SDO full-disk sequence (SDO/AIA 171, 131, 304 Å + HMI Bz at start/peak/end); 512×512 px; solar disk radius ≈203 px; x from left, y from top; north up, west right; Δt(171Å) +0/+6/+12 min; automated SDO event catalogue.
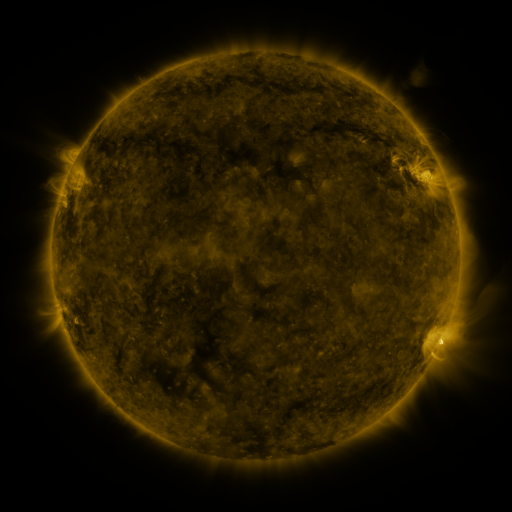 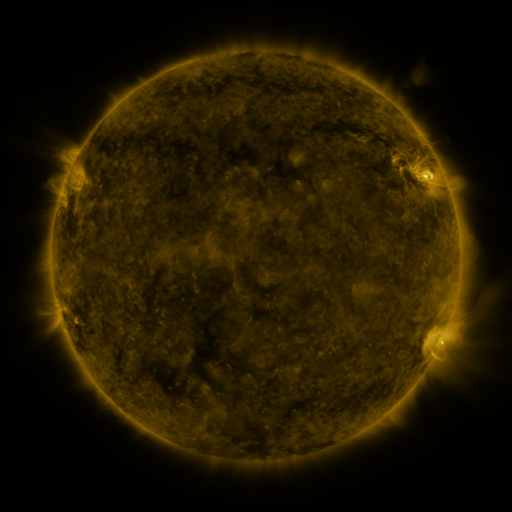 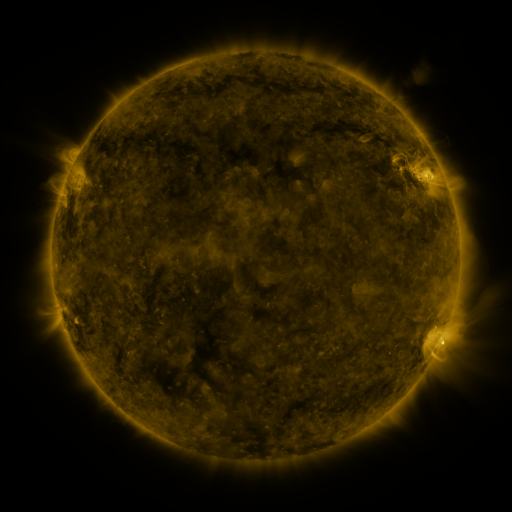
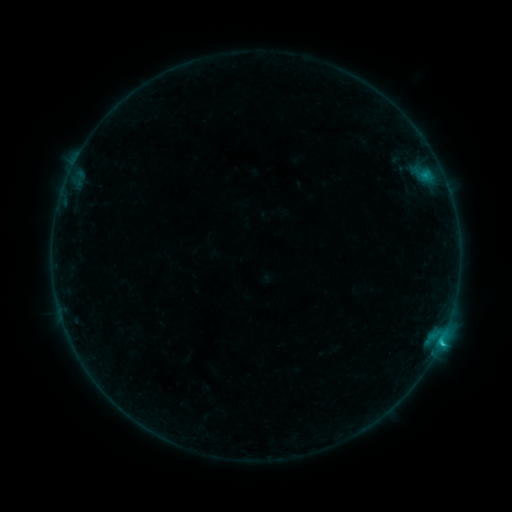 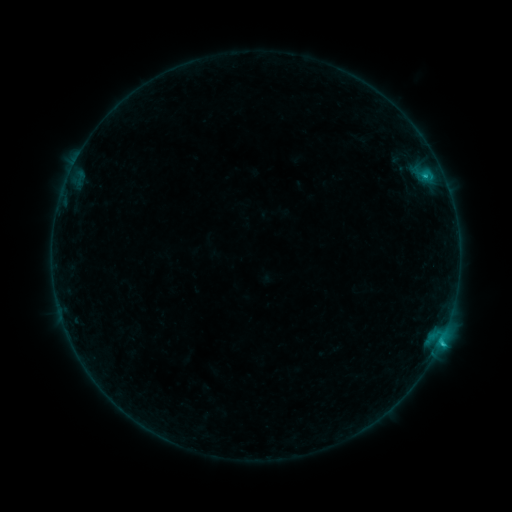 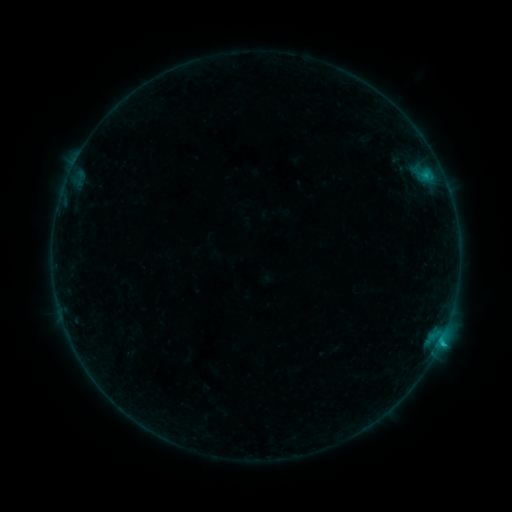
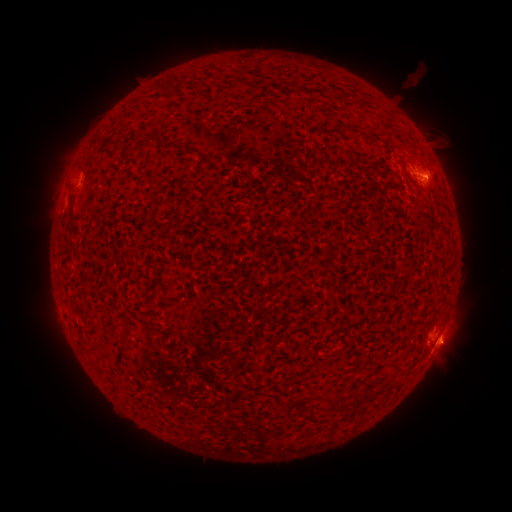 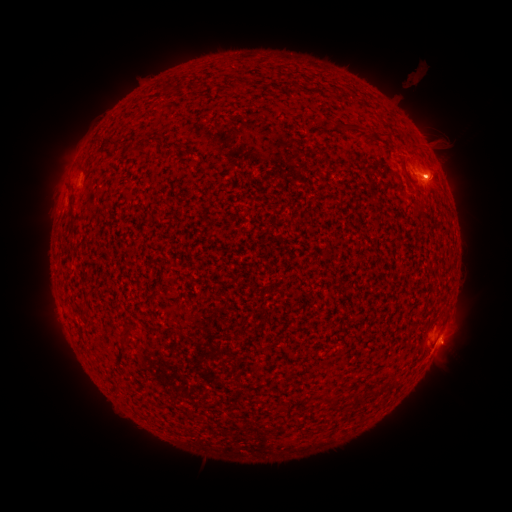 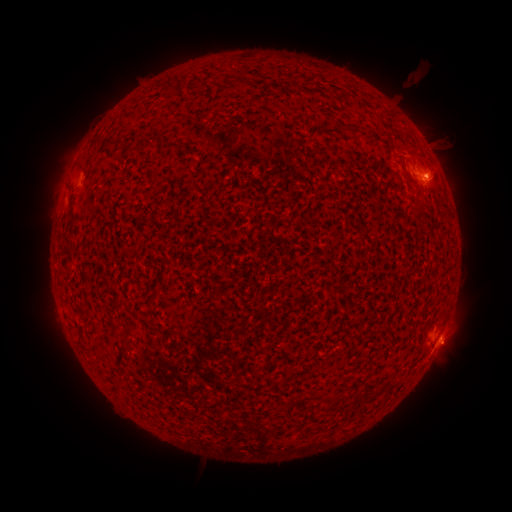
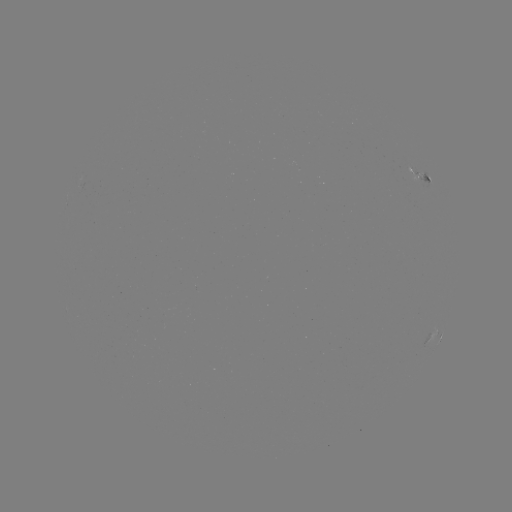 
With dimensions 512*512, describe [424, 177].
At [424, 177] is C1.2 flare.